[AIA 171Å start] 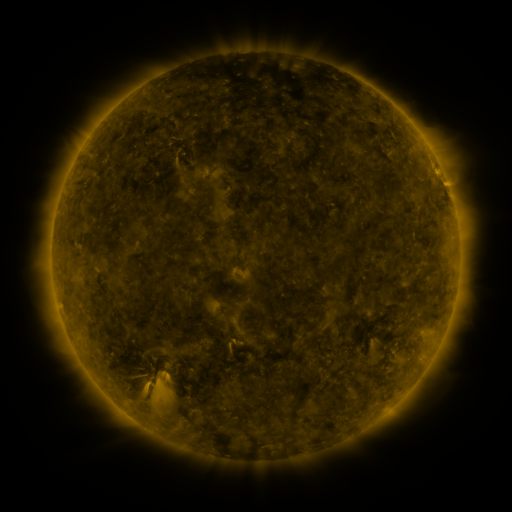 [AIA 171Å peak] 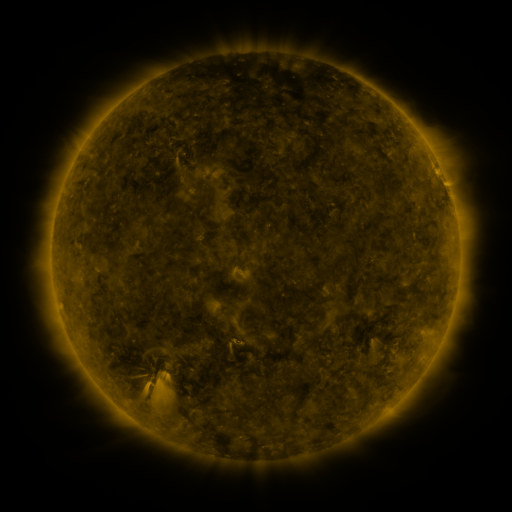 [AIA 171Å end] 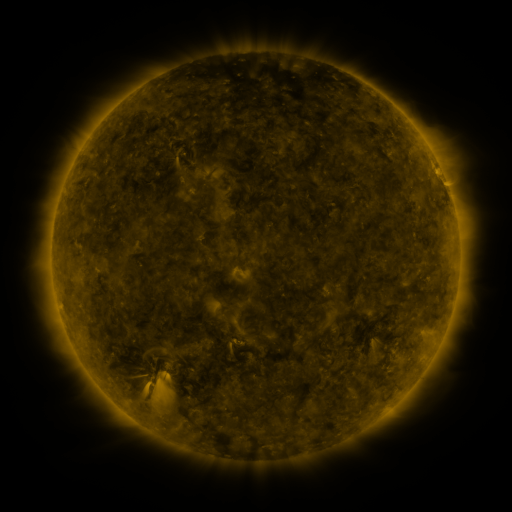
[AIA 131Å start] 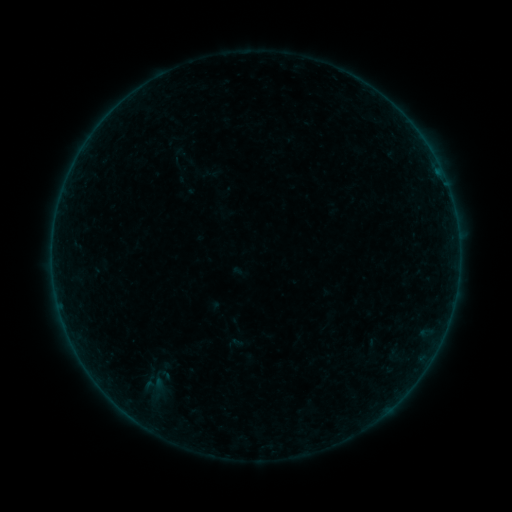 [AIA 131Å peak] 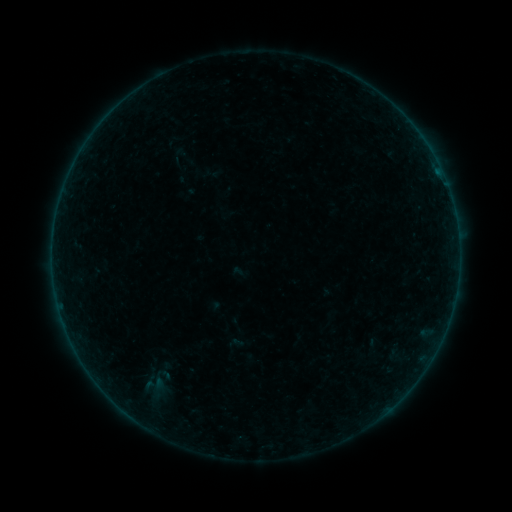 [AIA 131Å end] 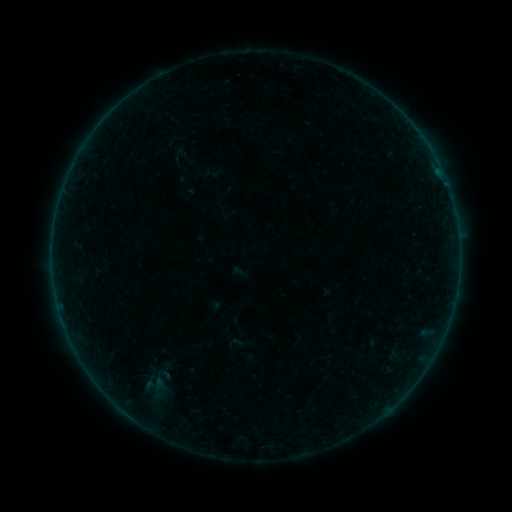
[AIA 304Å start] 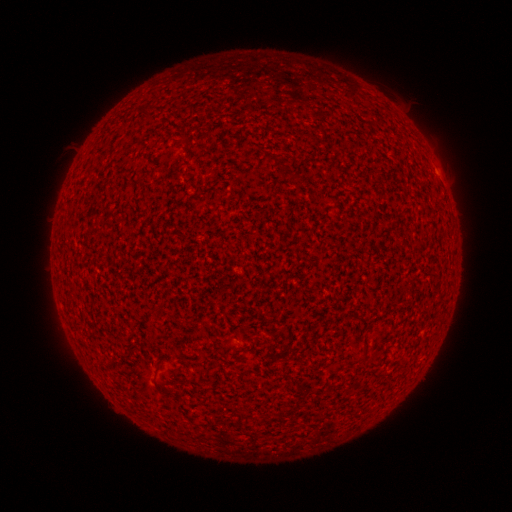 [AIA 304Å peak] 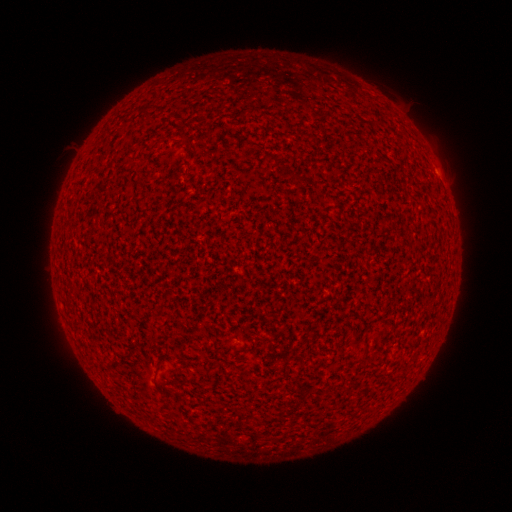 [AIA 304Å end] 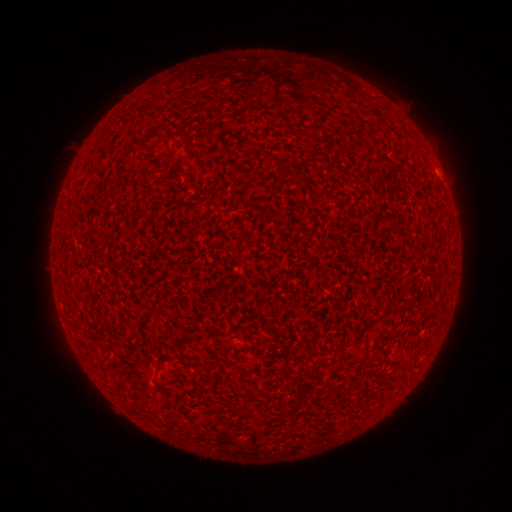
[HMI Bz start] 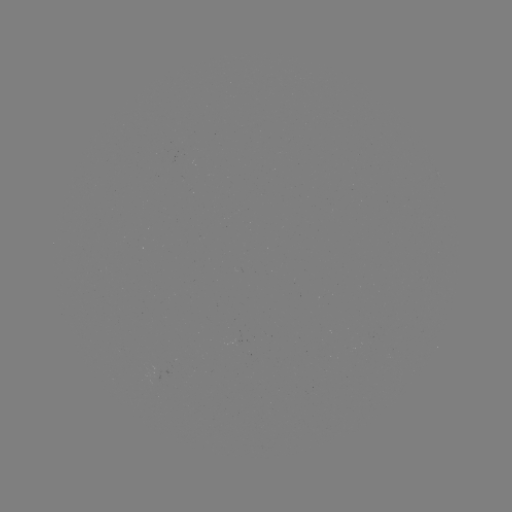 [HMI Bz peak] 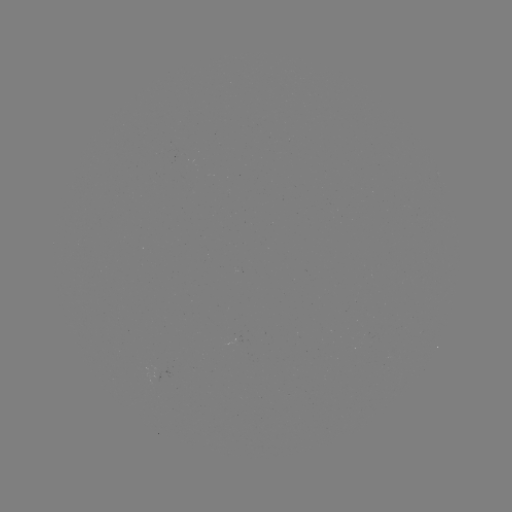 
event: flare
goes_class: A1.8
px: (438, 174)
